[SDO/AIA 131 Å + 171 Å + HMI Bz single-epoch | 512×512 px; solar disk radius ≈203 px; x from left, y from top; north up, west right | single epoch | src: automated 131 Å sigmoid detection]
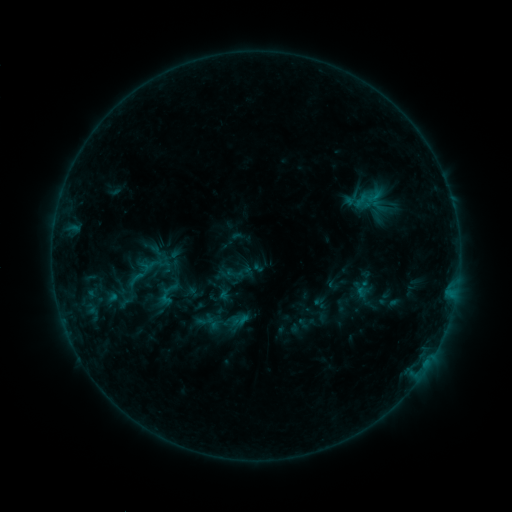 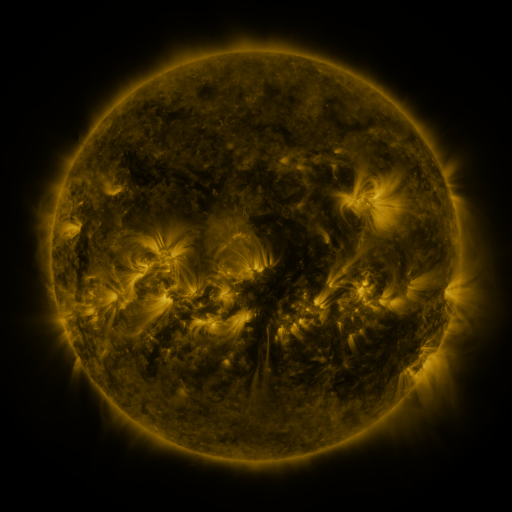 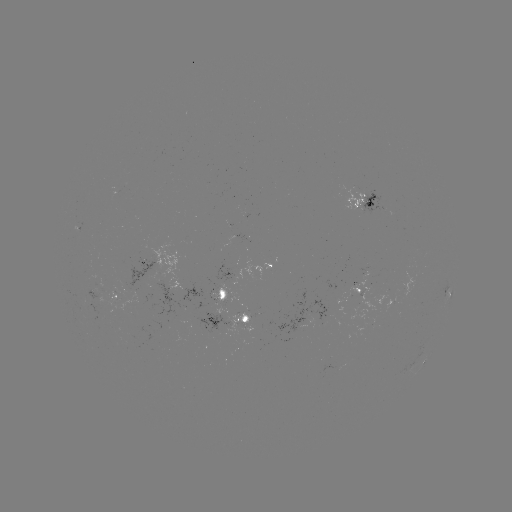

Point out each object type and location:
sigmoid: (136, 279)
